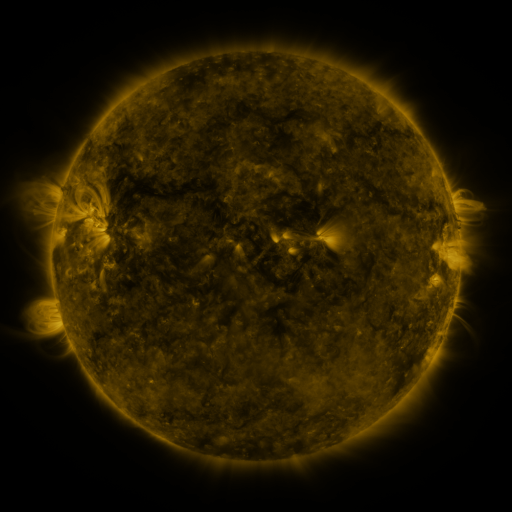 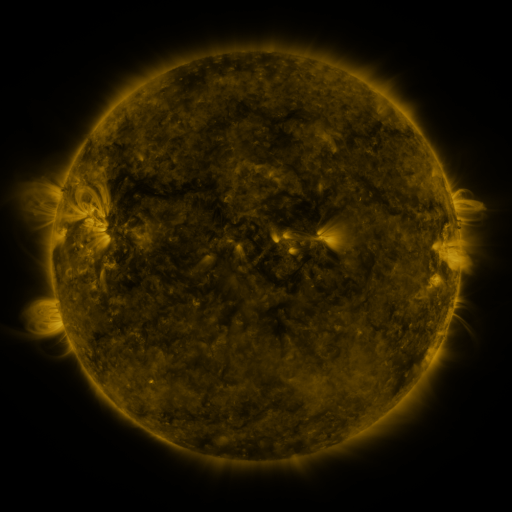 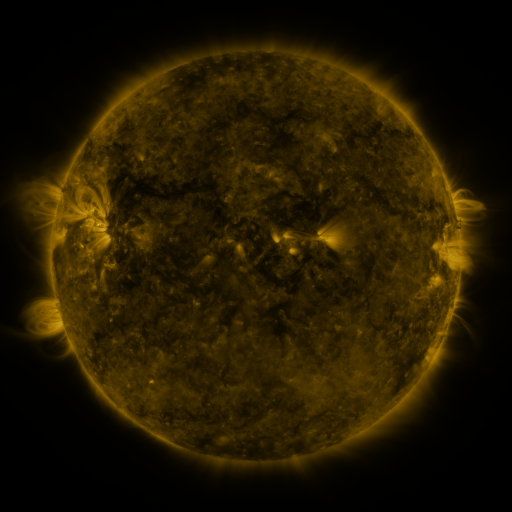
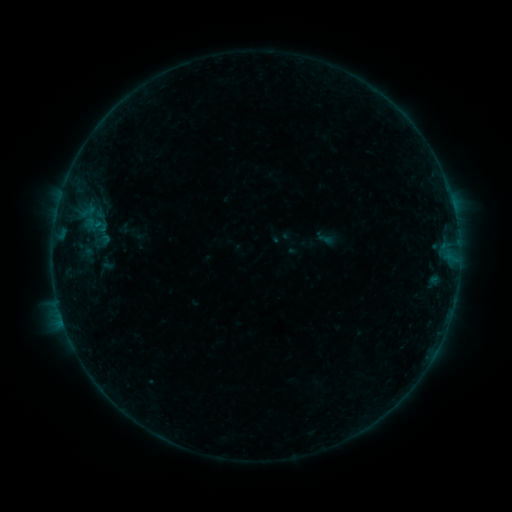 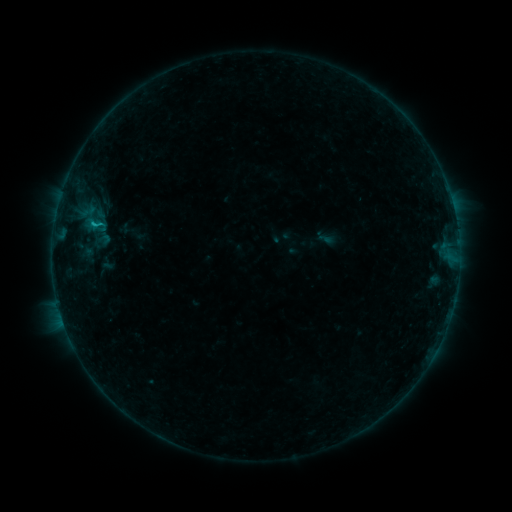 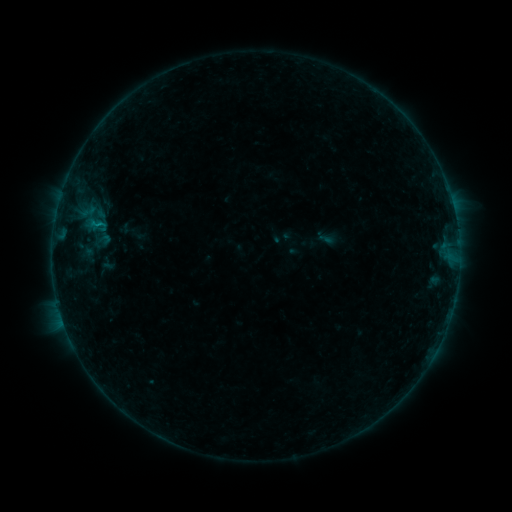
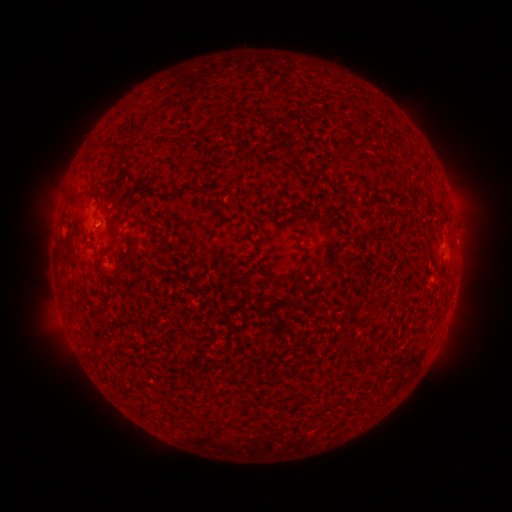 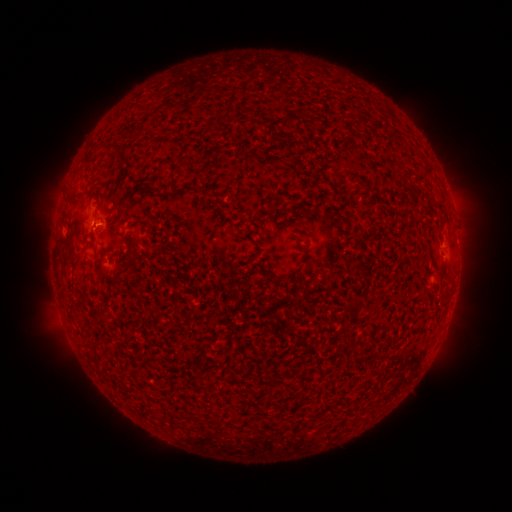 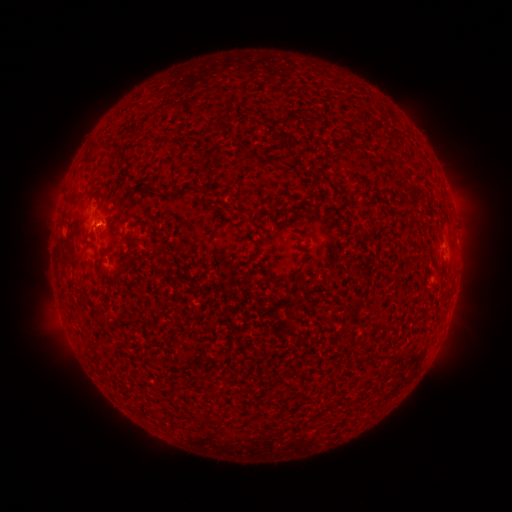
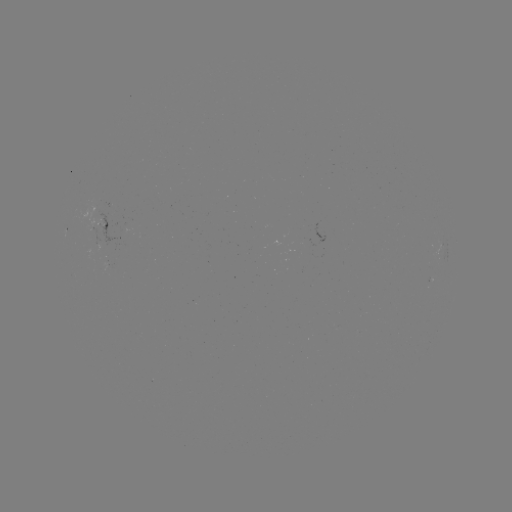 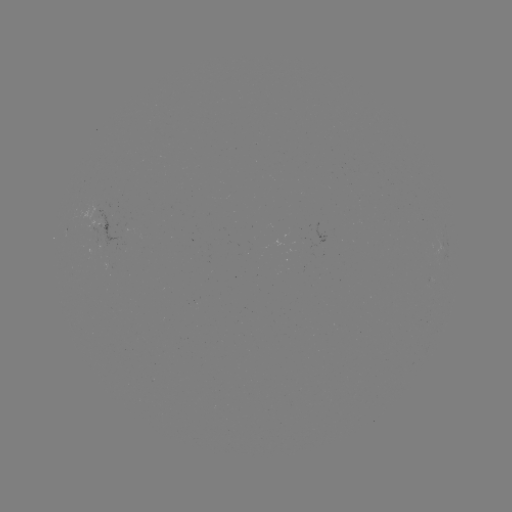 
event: flare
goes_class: B4.0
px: (95, 225)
